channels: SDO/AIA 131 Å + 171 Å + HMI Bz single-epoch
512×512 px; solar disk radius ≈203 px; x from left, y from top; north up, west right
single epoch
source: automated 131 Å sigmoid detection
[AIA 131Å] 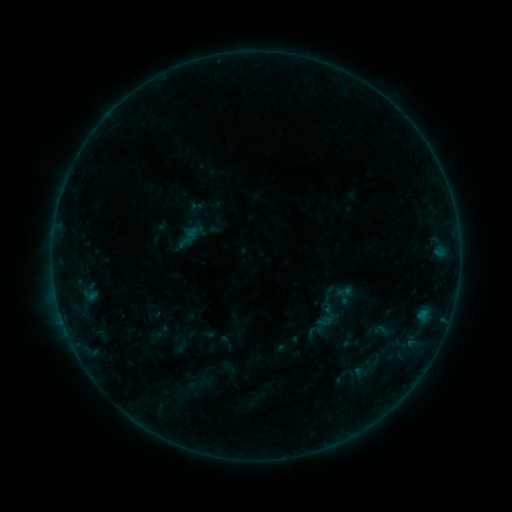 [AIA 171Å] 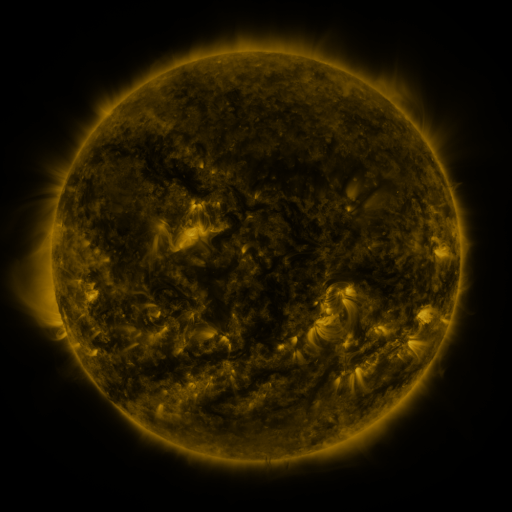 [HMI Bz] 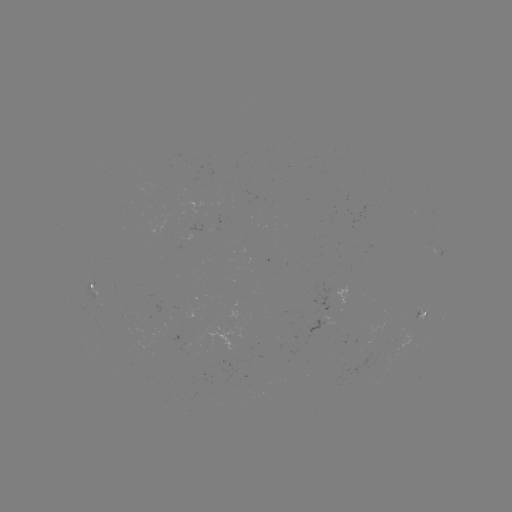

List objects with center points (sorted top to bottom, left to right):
sigmoid: (345, 291)
sigmoid: (327, 305)
sigmoid: (325, 321)
sigmoid: (362, 373)
